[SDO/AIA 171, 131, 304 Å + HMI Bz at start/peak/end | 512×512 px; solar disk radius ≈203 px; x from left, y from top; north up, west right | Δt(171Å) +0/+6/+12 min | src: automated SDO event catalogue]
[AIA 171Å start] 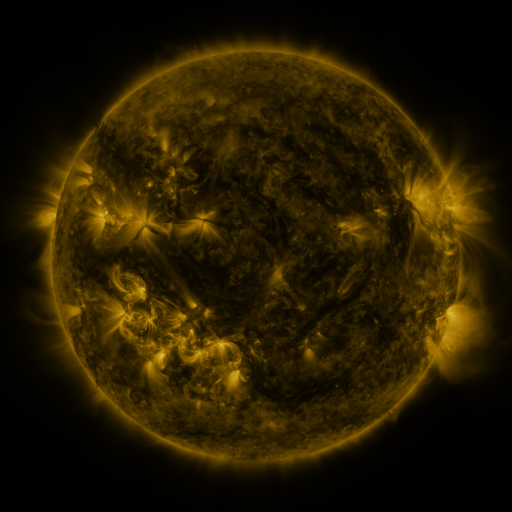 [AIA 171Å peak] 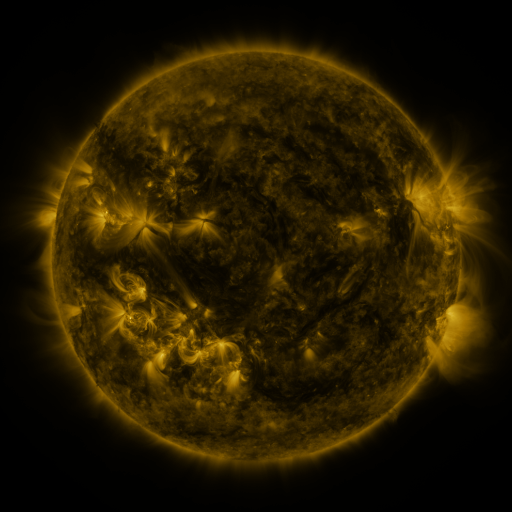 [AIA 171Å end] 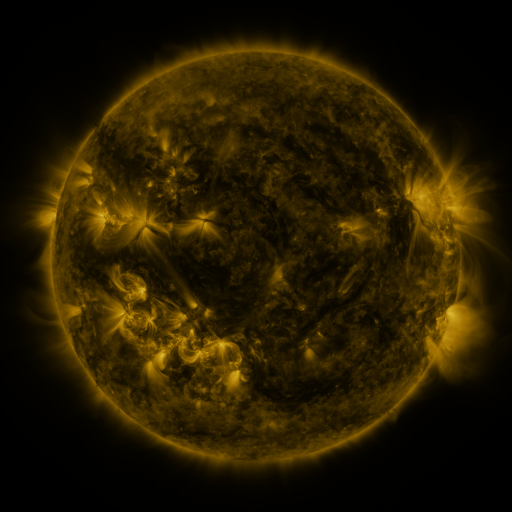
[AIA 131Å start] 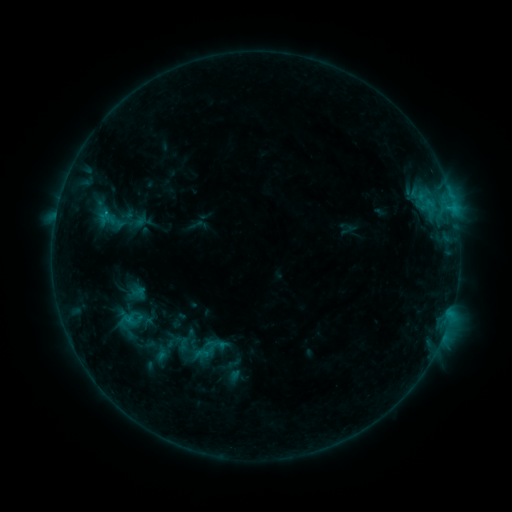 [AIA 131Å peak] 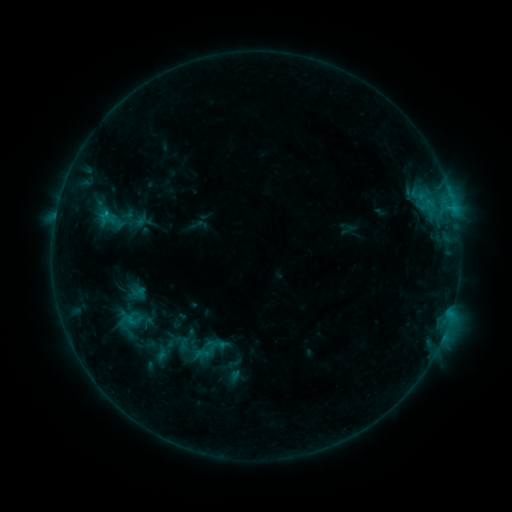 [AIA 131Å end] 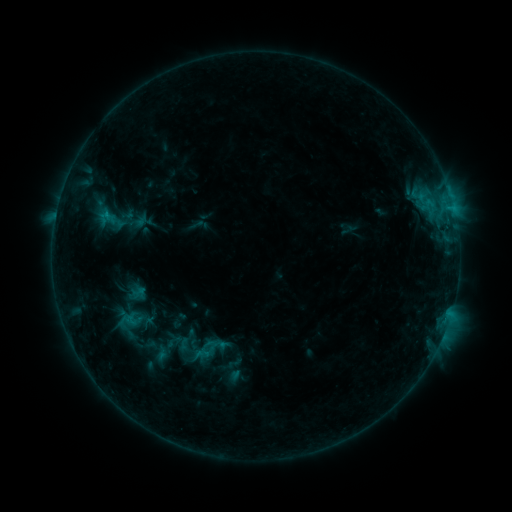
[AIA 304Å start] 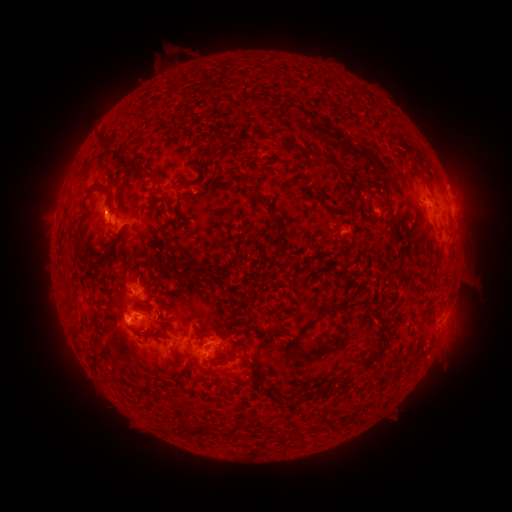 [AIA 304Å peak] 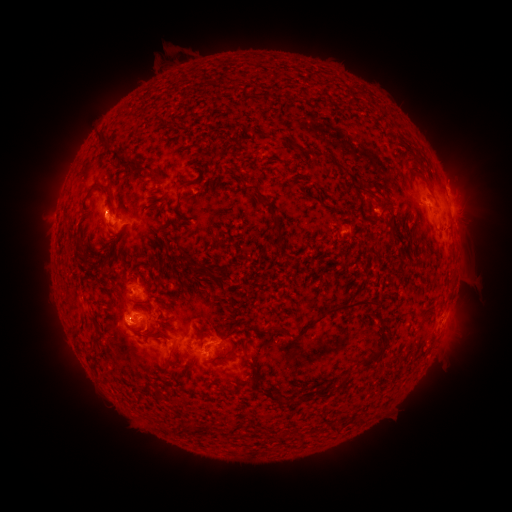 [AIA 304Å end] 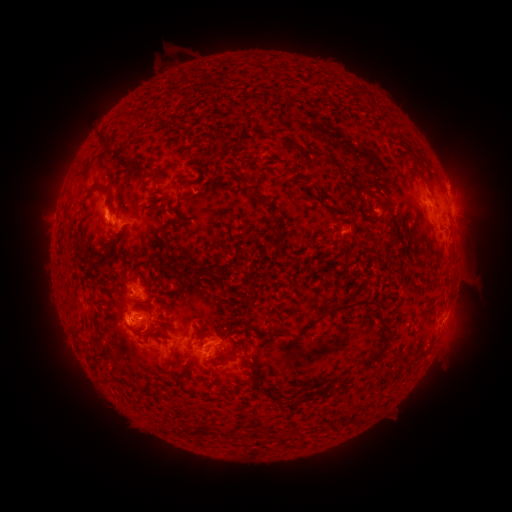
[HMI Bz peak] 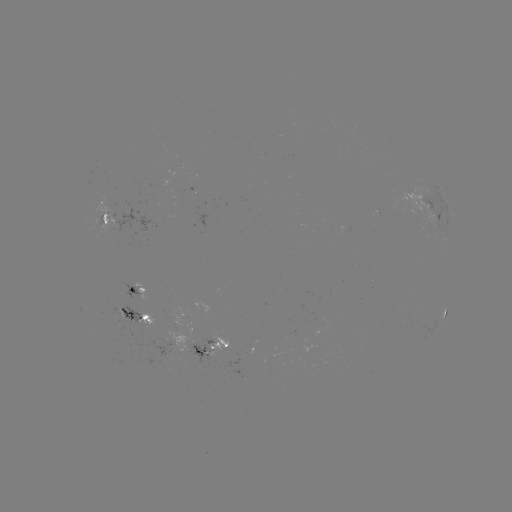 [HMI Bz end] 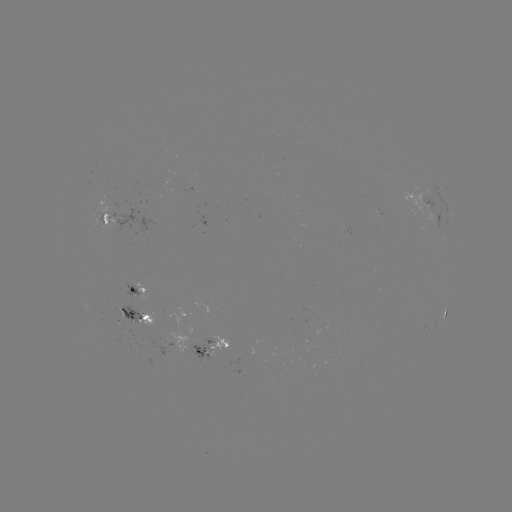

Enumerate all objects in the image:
B8.5 flare: (107, 215)
